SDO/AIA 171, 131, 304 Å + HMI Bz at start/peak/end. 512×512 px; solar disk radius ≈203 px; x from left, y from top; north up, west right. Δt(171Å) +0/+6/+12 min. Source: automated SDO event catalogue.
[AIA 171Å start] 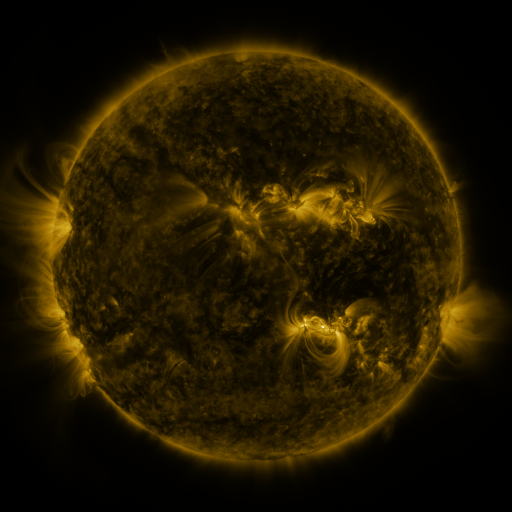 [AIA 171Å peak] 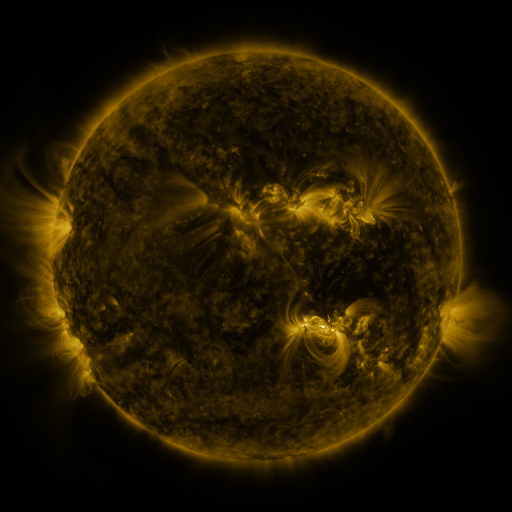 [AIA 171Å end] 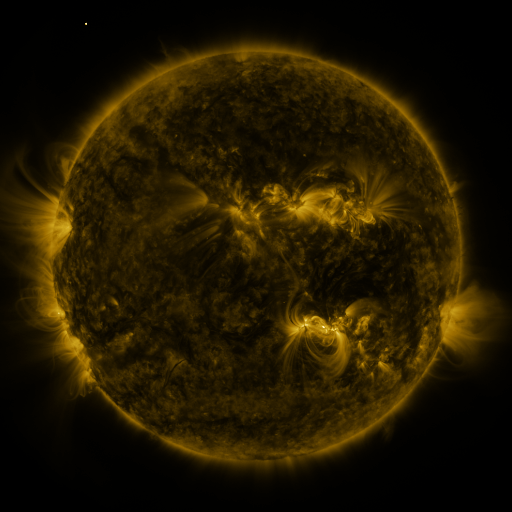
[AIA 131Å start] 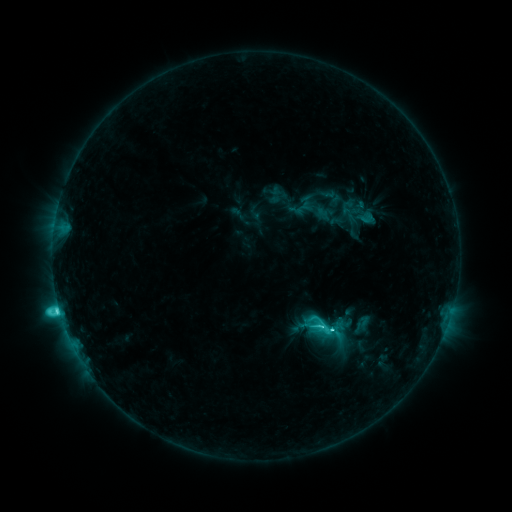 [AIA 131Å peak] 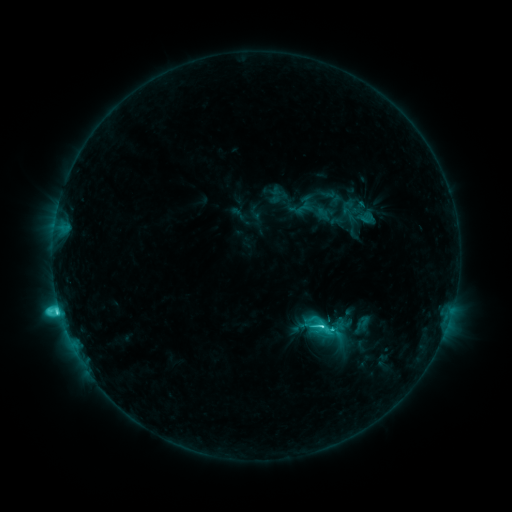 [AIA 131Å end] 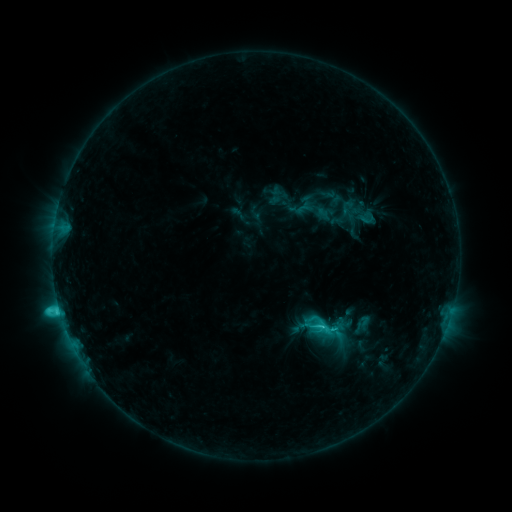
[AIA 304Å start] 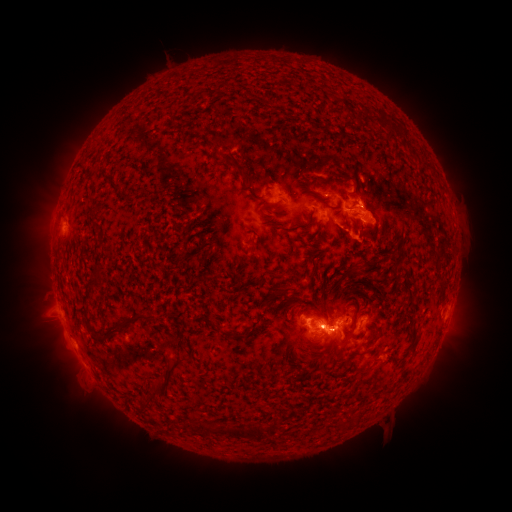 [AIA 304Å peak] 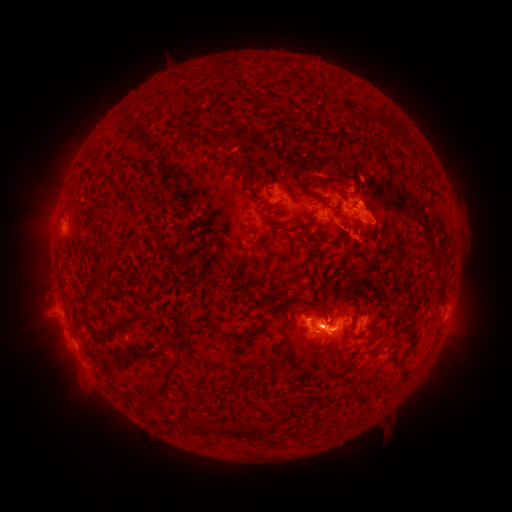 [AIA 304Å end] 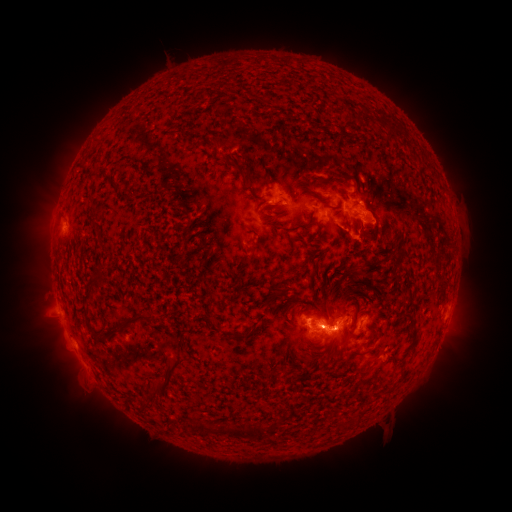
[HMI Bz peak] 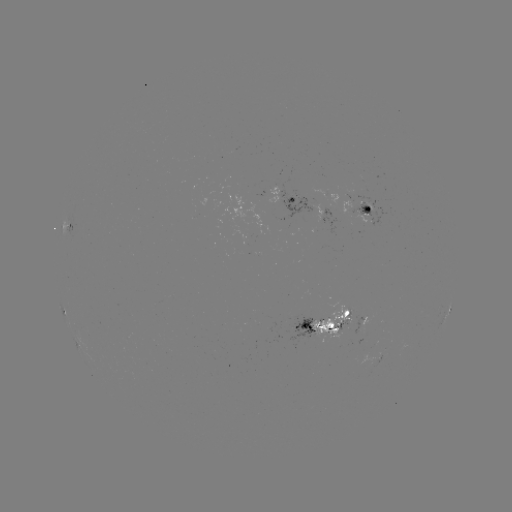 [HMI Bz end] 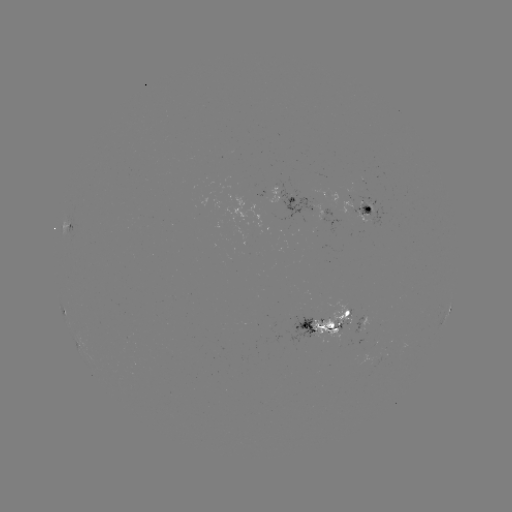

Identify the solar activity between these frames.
eruption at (330, 304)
